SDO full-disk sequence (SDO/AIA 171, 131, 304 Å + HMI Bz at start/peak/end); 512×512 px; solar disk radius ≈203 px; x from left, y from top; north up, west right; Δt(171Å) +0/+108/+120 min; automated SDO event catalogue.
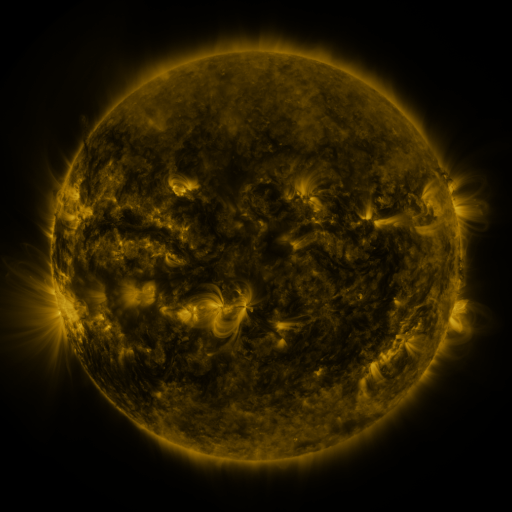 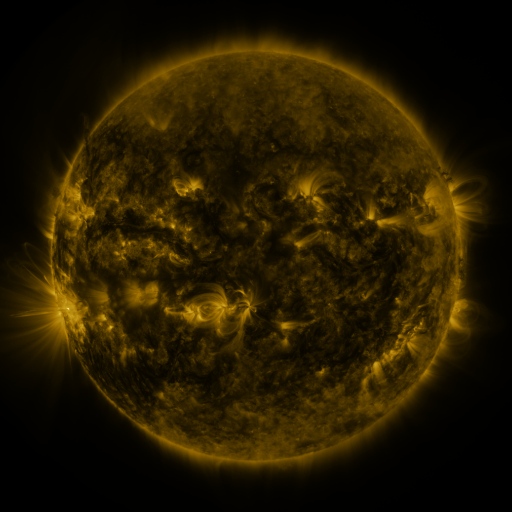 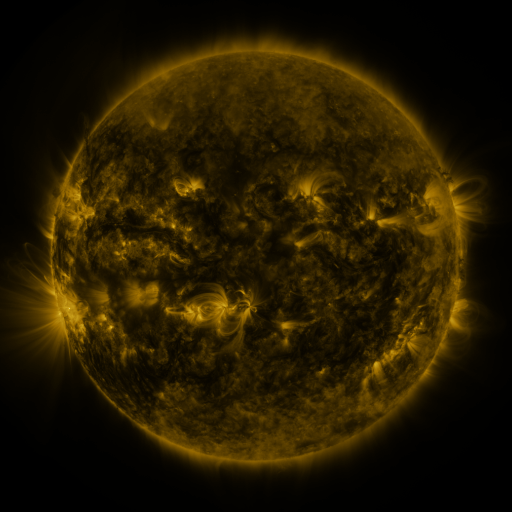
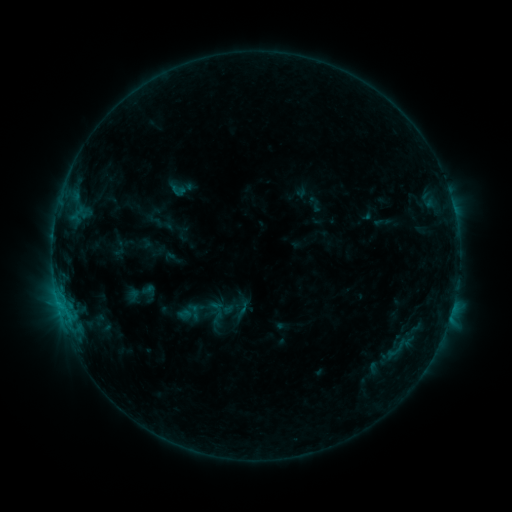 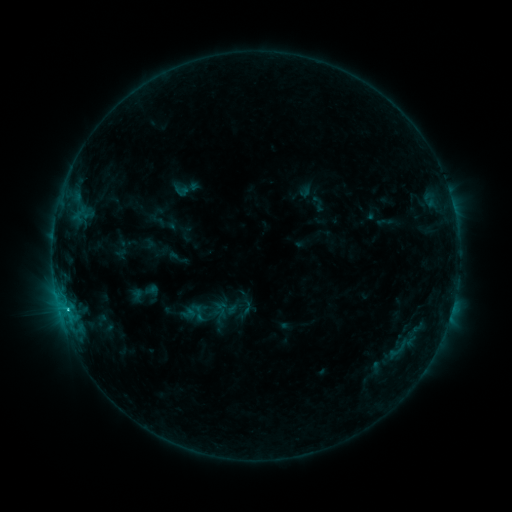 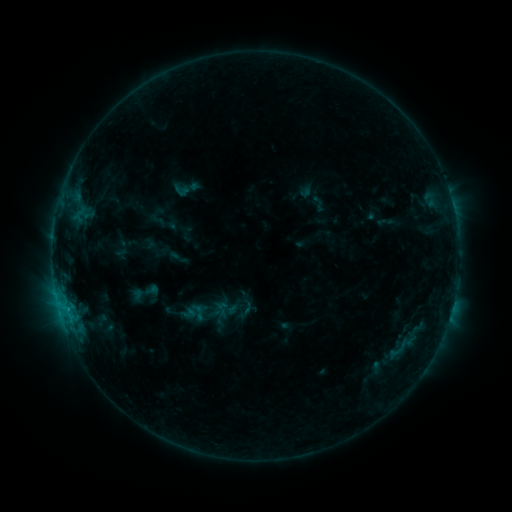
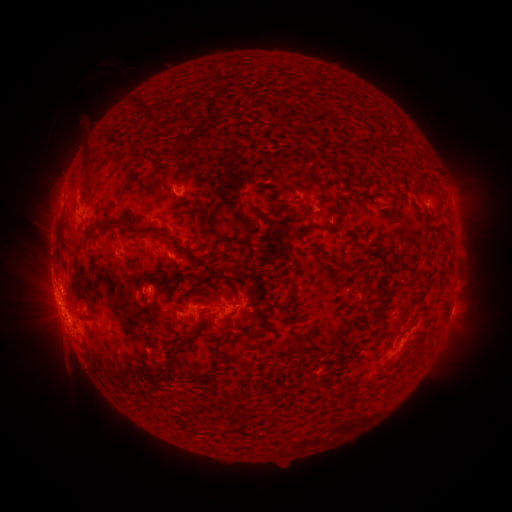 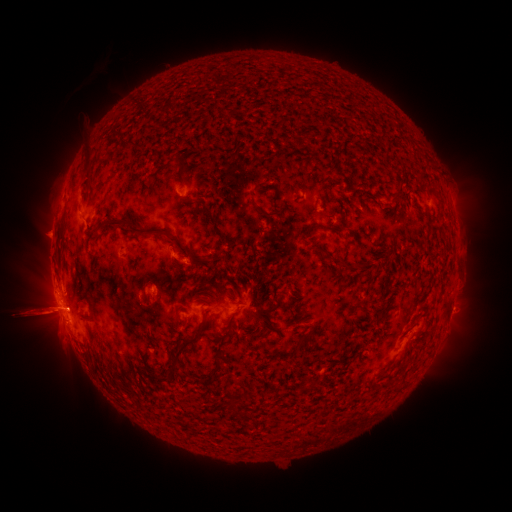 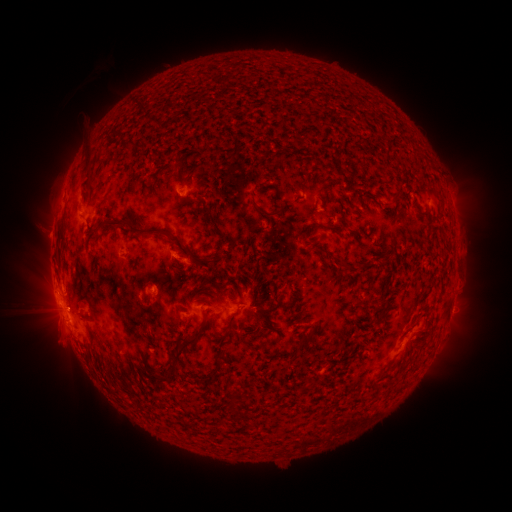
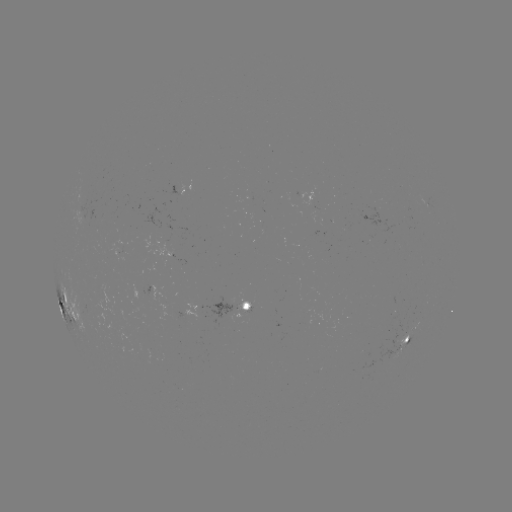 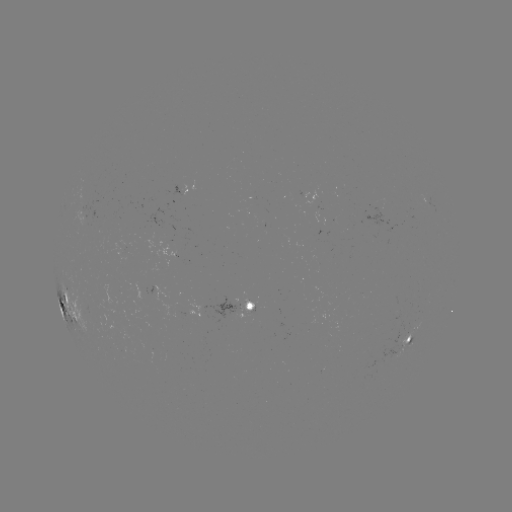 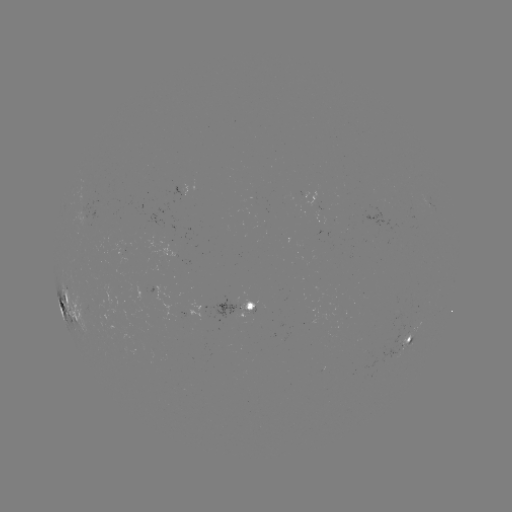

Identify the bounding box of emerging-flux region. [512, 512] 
[365, 337, 404, 367].